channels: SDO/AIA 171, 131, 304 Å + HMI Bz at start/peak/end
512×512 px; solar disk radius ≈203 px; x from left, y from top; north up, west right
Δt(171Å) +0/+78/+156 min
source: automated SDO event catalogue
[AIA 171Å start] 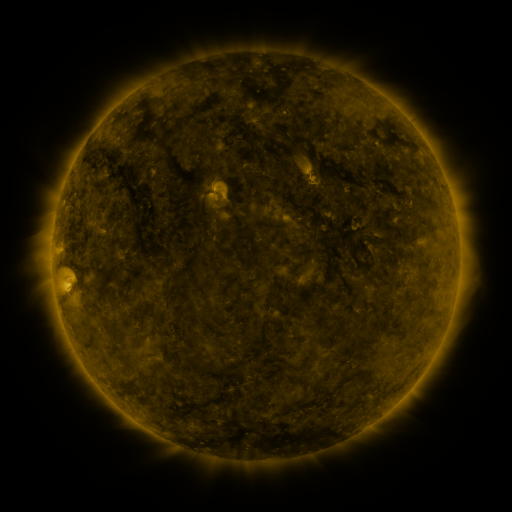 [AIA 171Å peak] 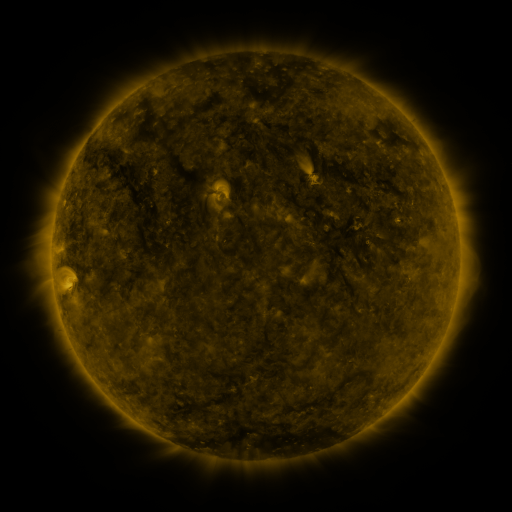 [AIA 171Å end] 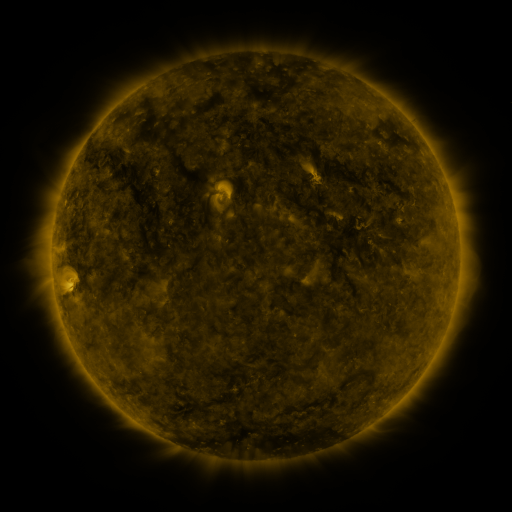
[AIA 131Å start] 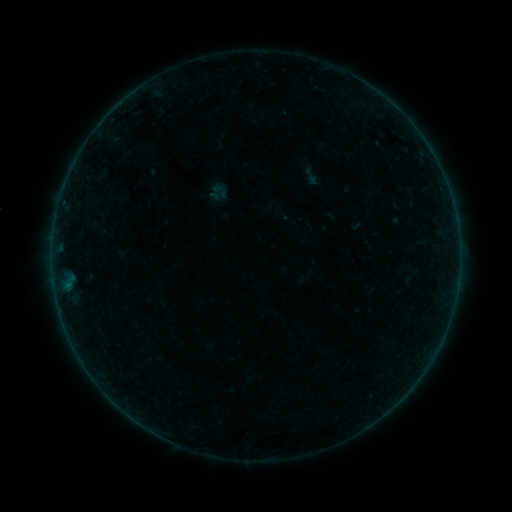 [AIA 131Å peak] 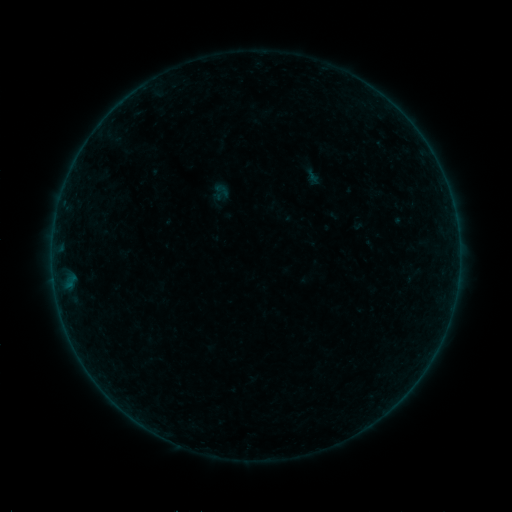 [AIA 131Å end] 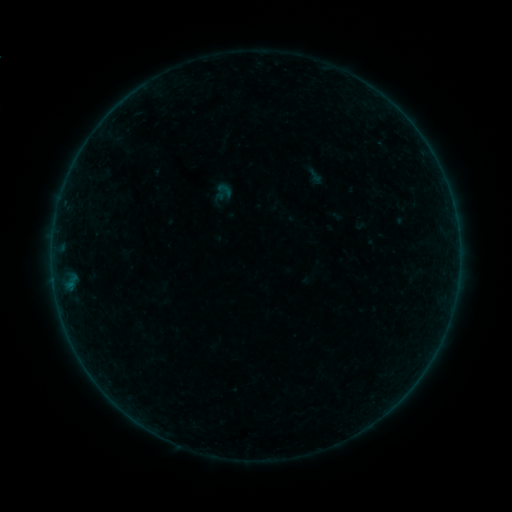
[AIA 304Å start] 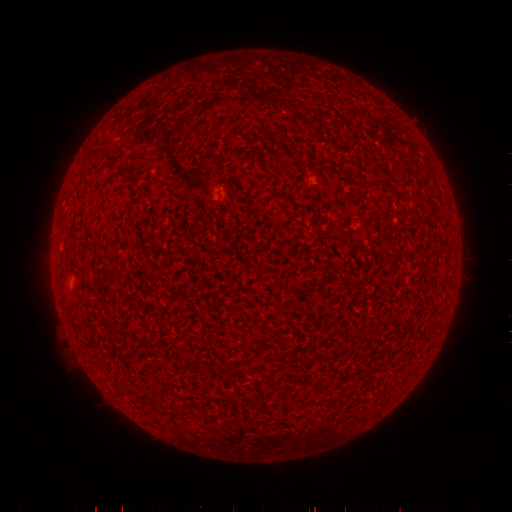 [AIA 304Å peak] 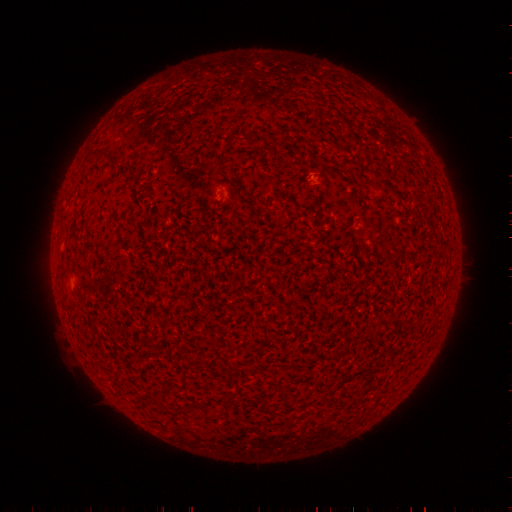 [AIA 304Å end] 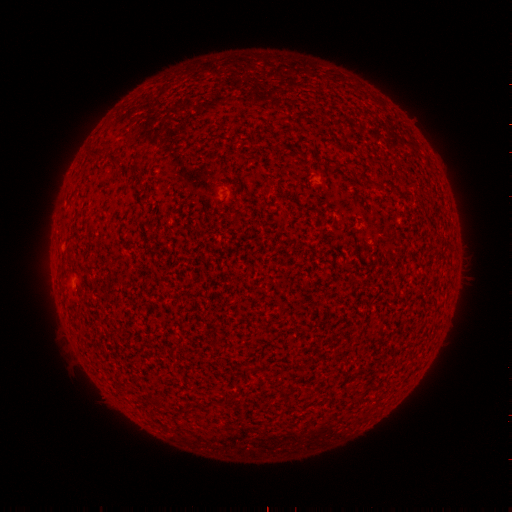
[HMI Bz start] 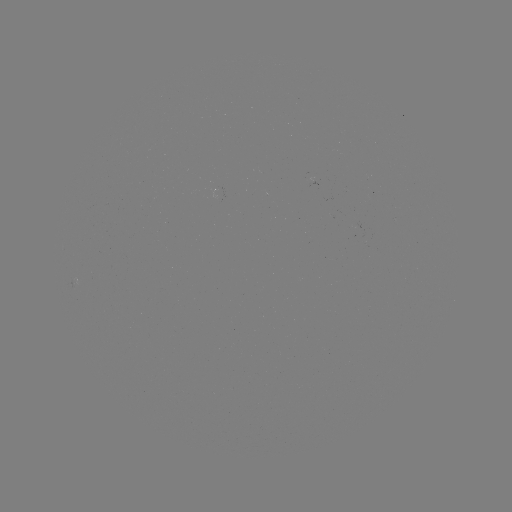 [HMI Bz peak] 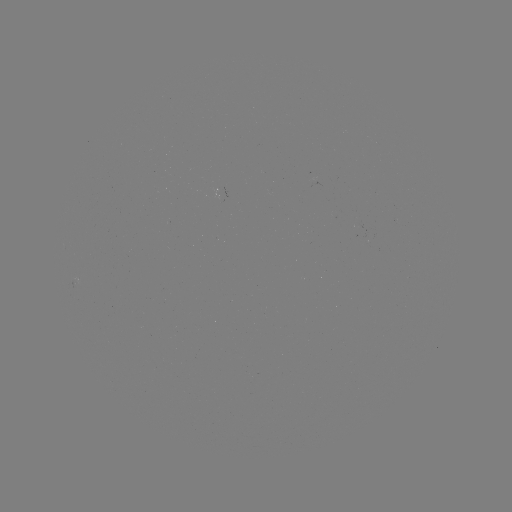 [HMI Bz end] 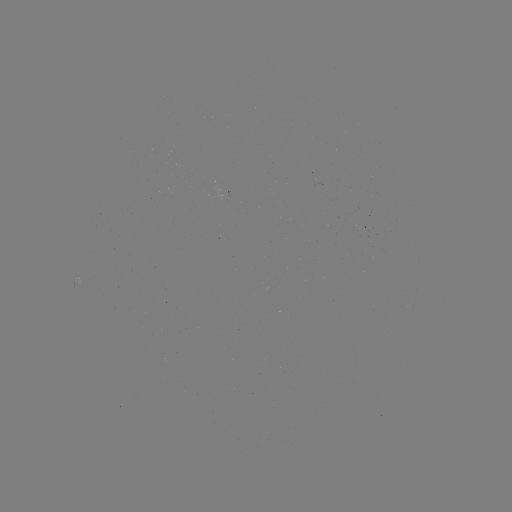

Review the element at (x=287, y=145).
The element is filament eruption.